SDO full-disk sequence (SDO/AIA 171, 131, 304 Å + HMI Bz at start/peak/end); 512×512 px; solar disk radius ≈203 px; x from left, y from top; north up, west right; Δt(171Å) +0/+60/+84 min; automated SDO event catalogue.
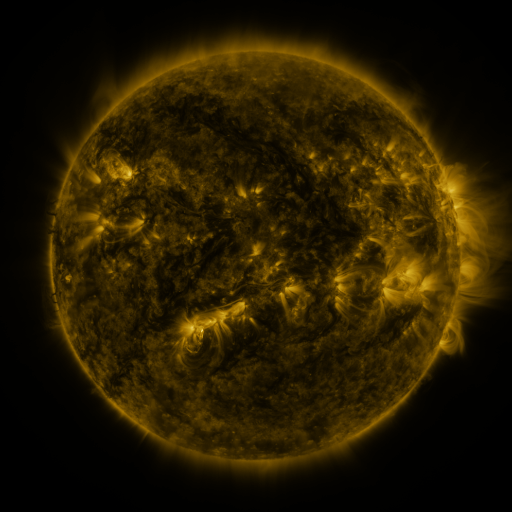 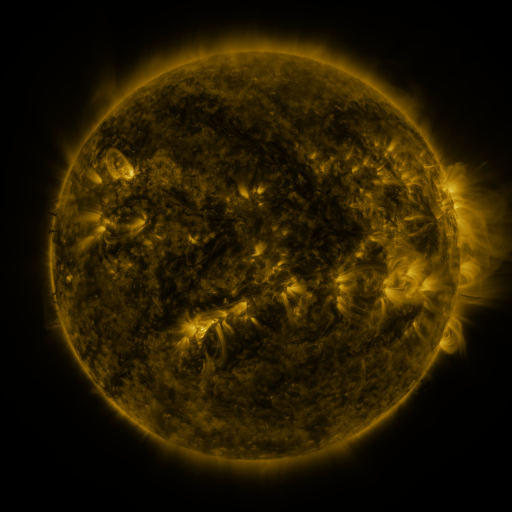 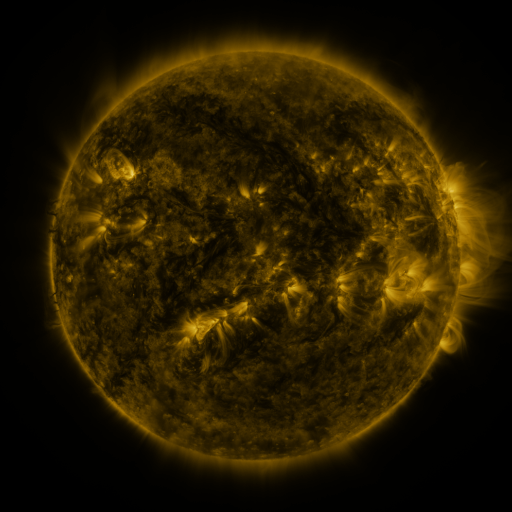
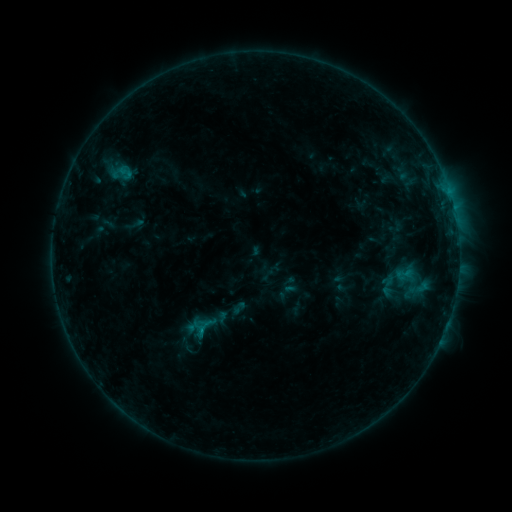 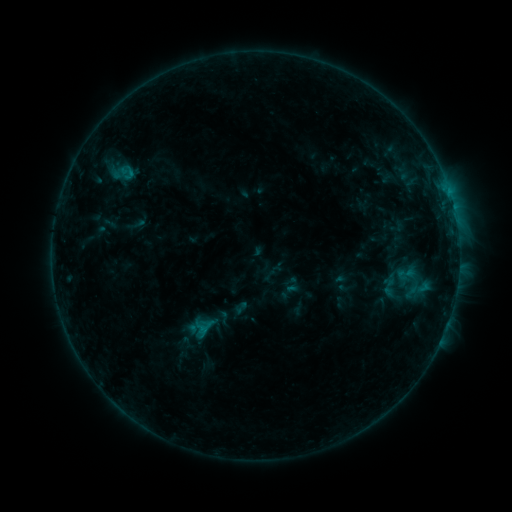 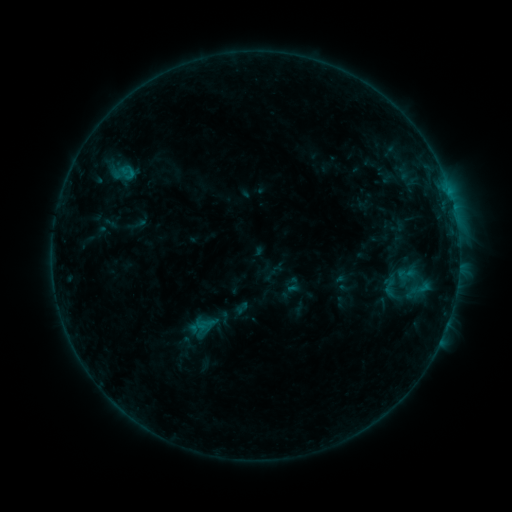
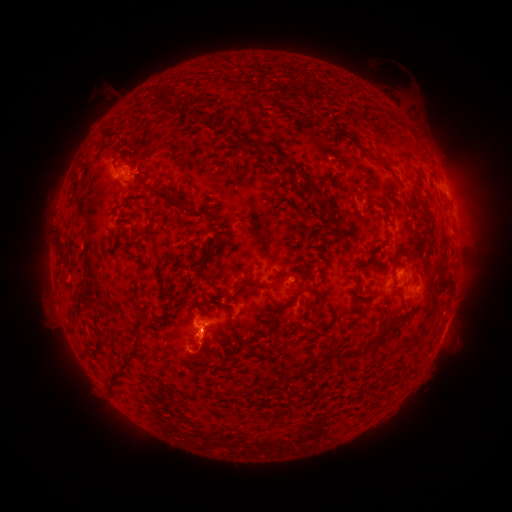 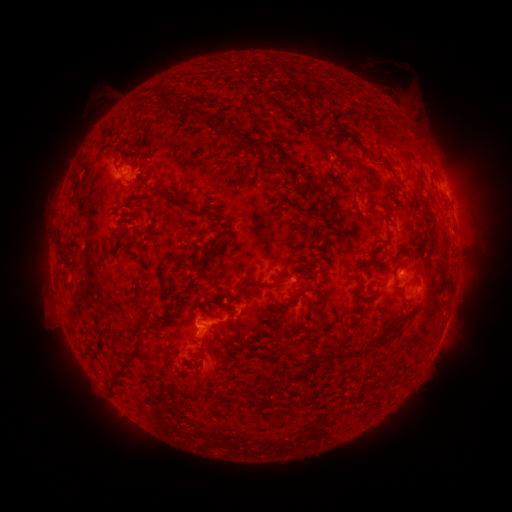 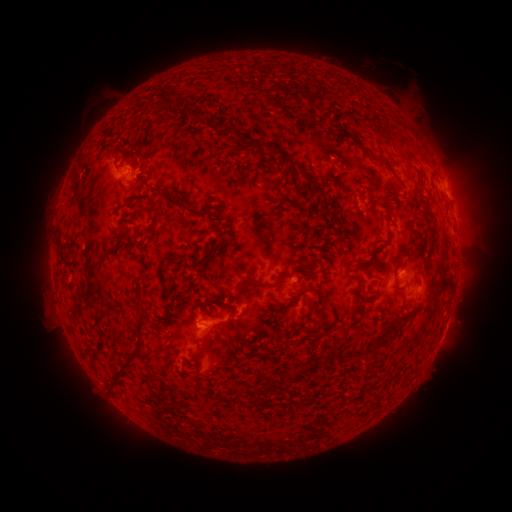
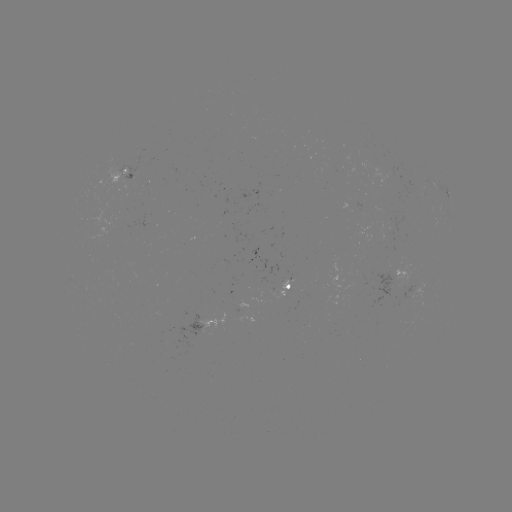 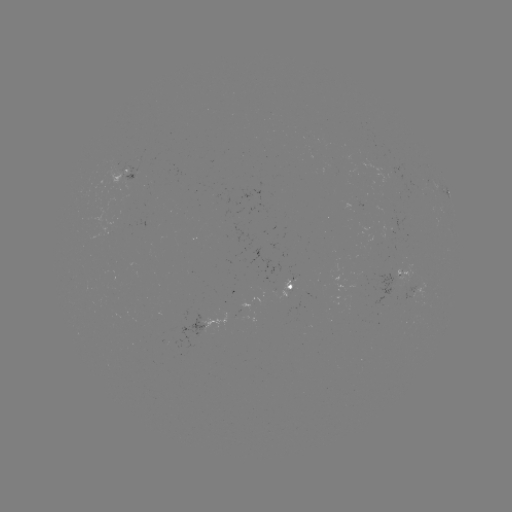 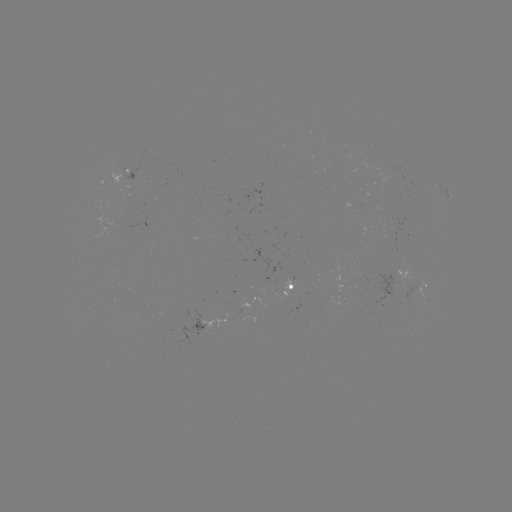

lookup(emerging-flux region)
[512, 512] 416,292